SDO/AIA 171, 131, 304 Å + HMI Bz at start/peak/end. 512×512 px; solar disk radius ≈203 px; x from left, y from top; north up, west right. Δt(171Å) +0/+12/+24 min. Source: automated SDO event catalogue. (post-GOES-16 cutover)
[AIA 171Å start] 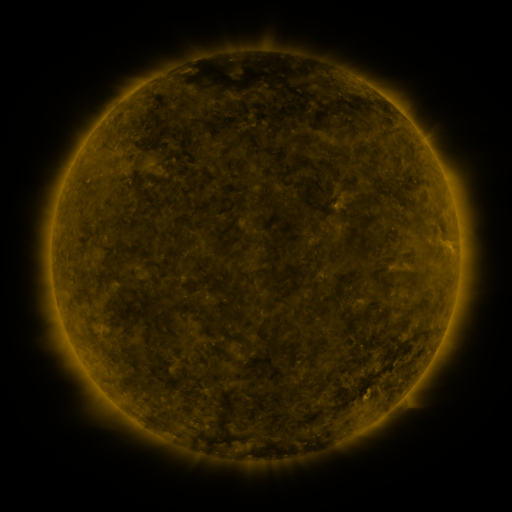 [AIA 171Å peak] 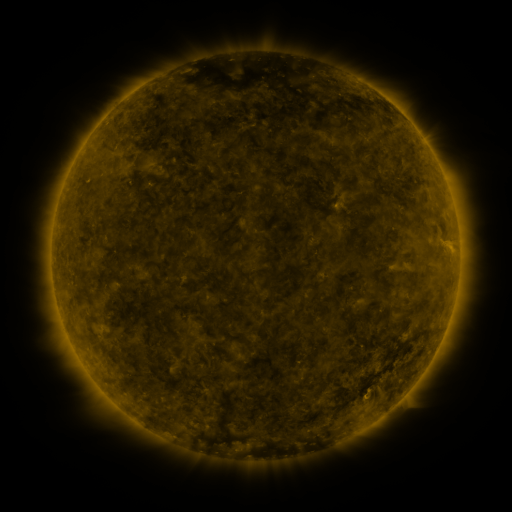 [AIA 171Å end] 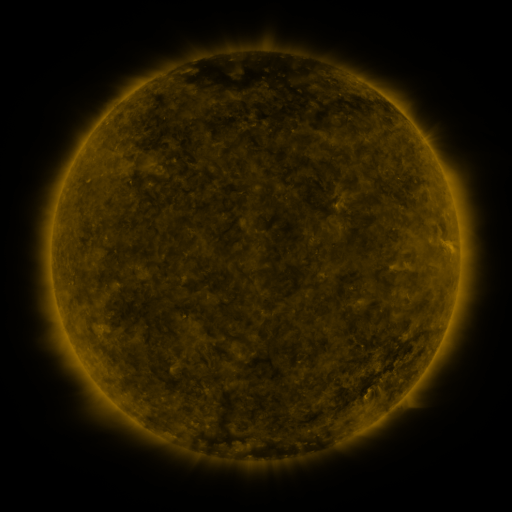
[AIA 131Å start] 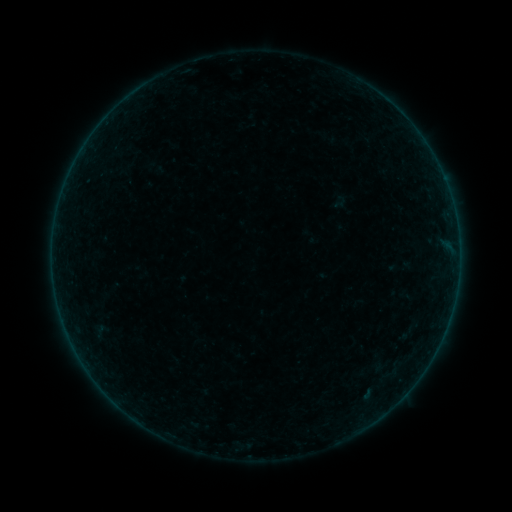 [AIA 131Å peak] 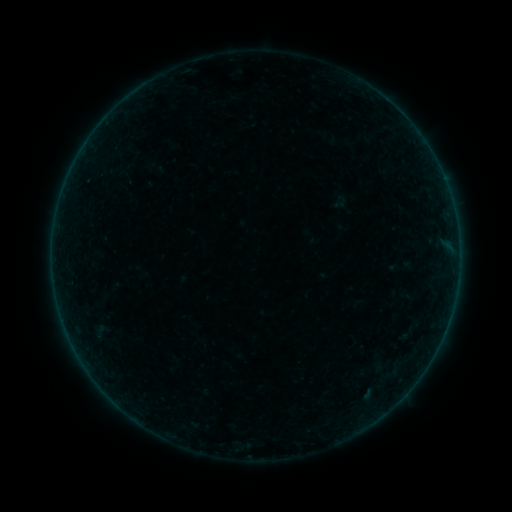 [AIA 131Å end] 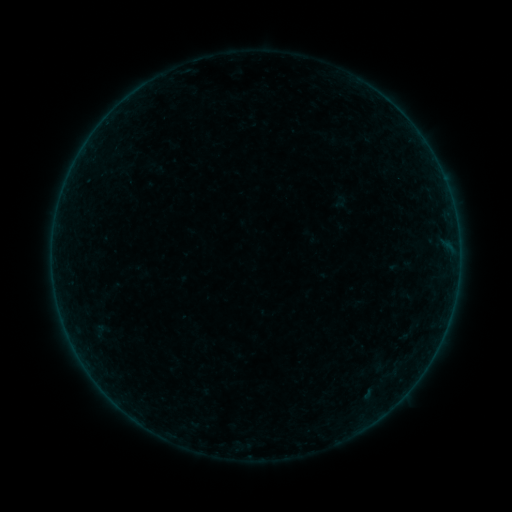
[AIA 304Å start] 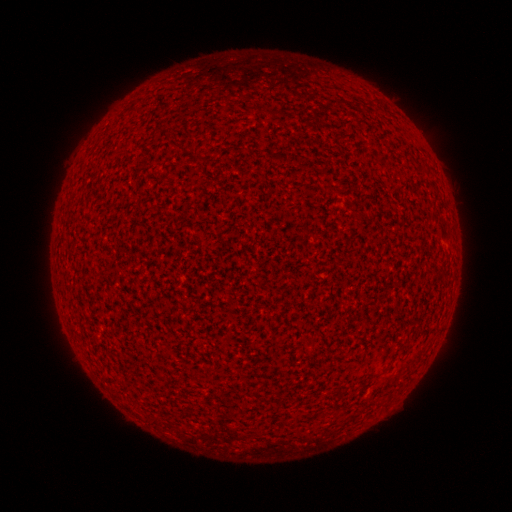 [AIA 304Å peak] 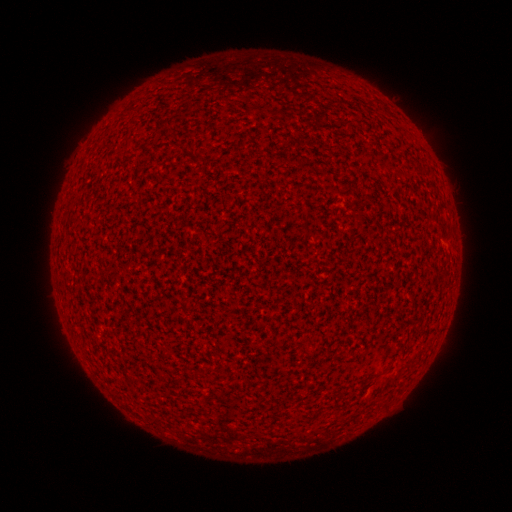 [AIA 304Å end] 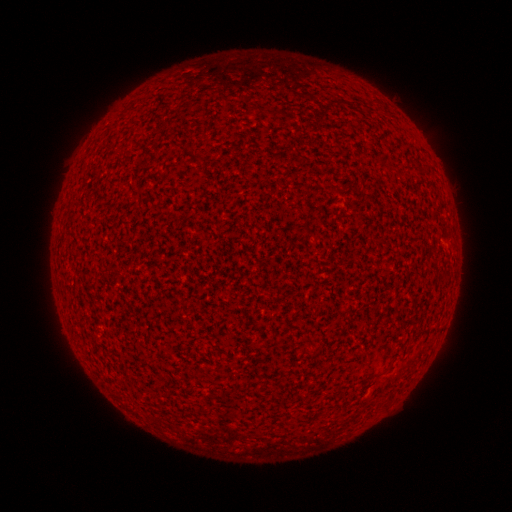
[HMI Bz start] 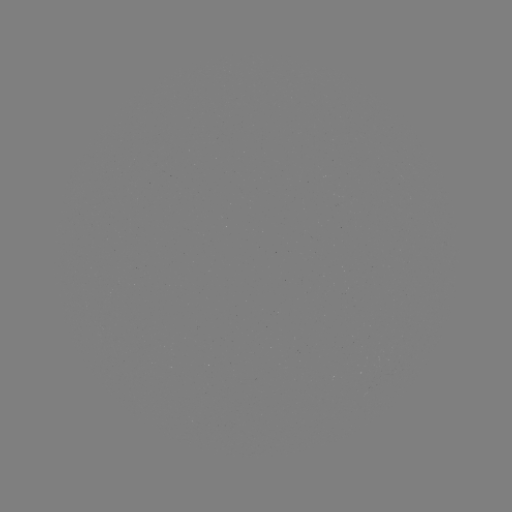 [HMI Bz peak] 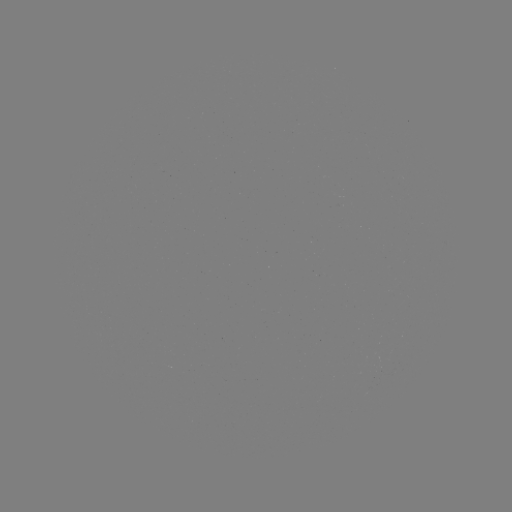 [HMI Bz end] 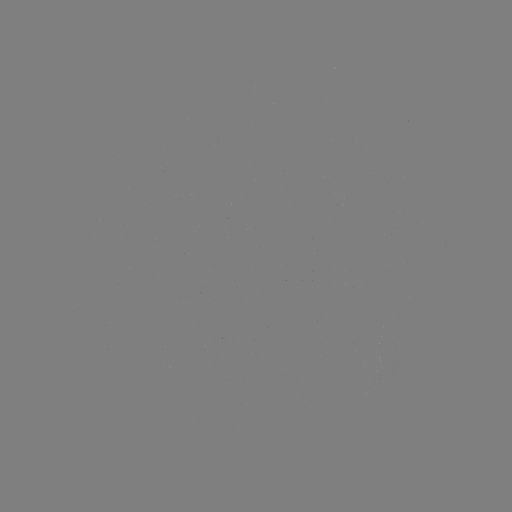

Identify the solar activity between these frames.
nothing was catalogued: no classed flare, no EUV trigger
